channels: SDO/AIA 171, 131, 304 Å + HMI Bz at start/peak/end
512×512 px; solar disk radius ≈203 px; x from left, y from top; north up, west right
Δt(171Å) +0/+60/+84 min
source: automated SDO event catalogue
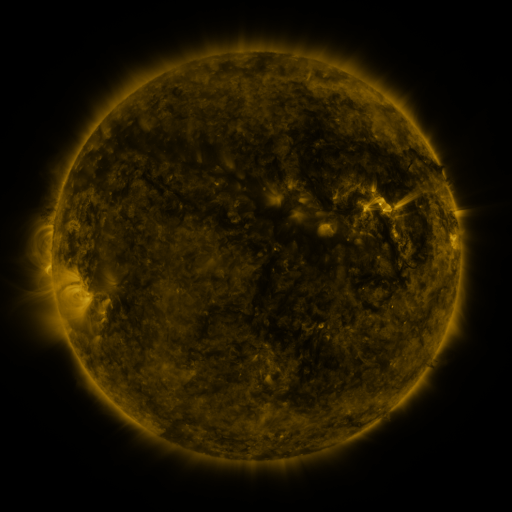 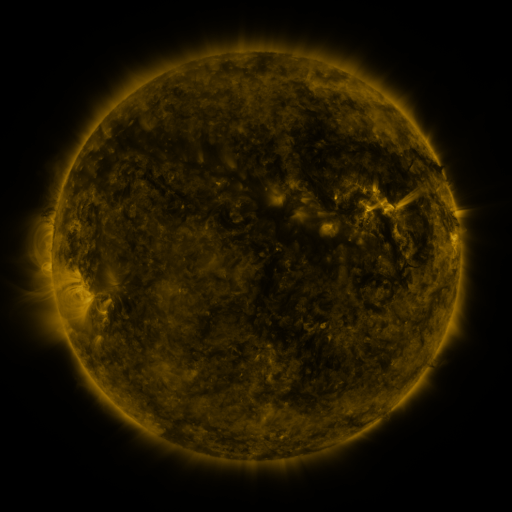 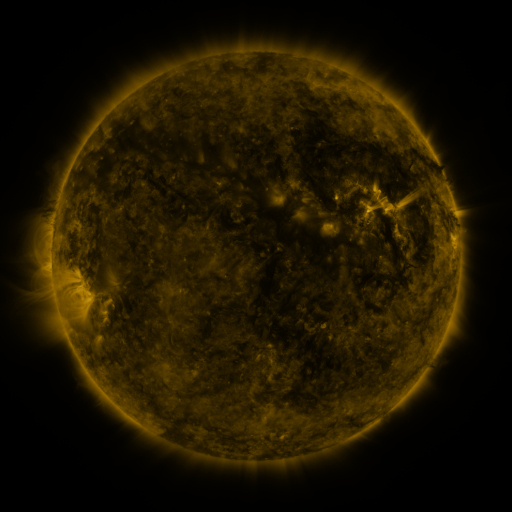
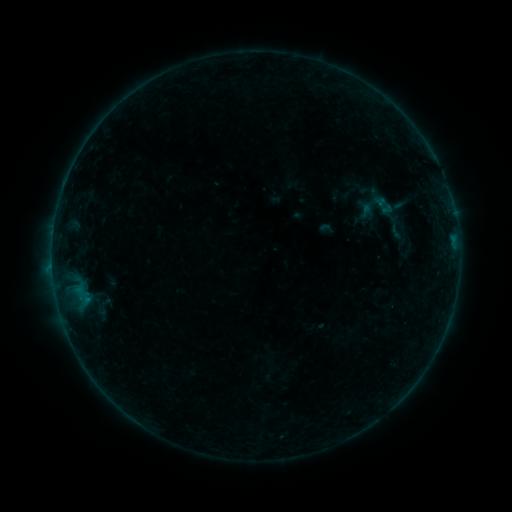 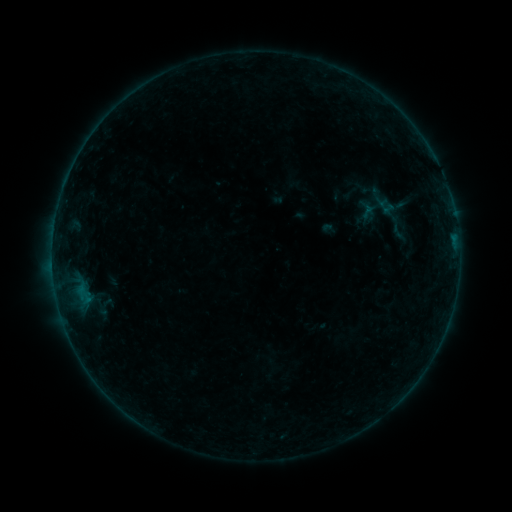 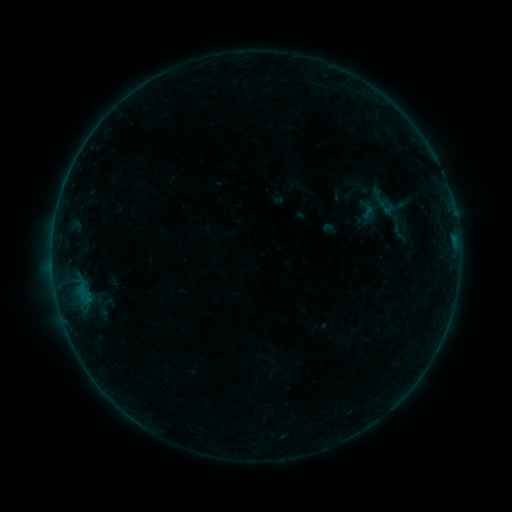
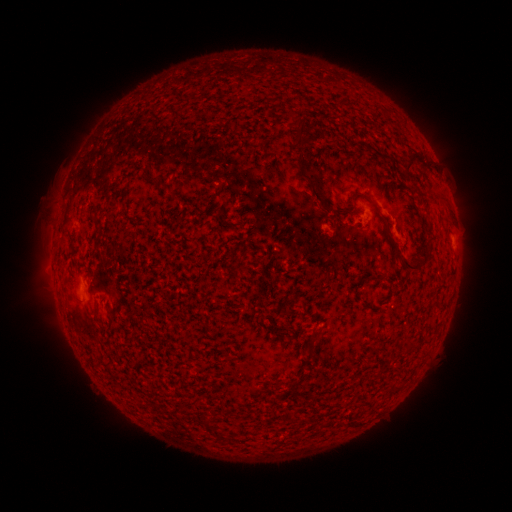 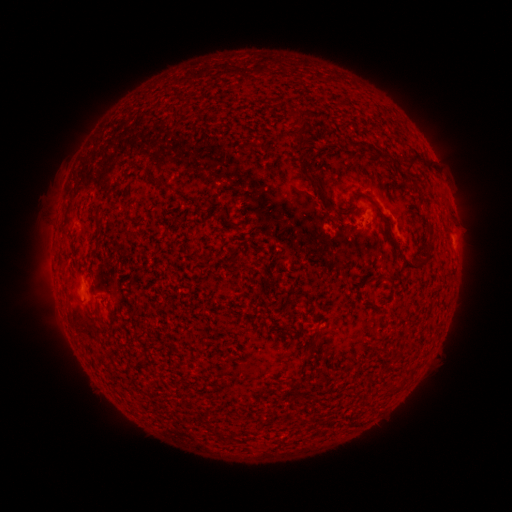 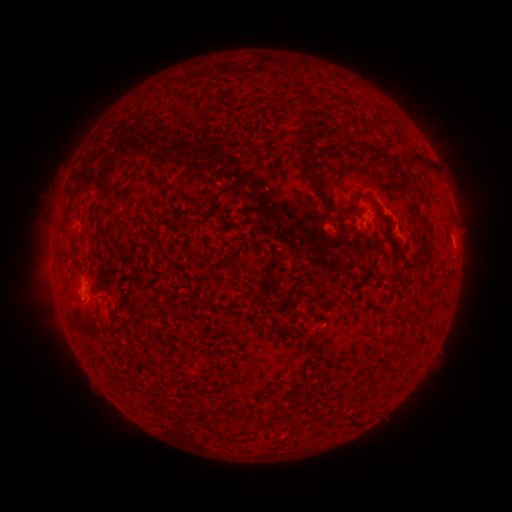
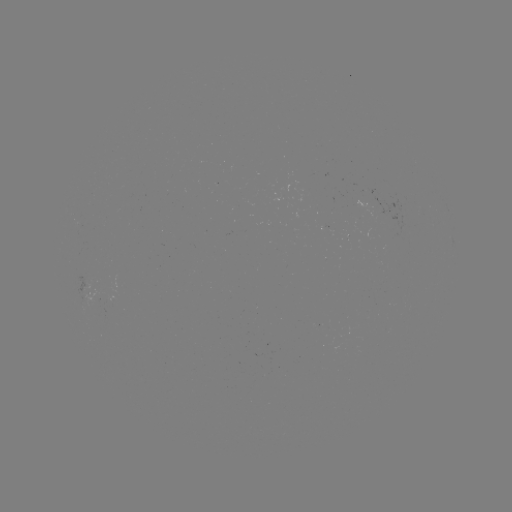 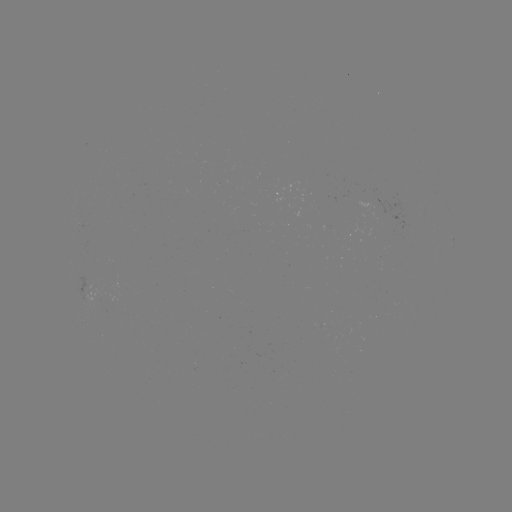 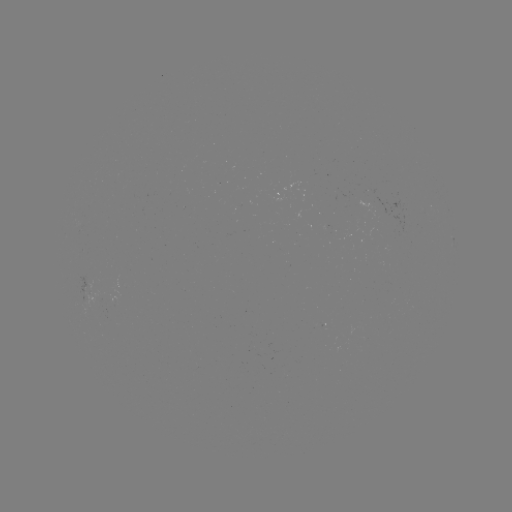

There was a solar emerging-flux region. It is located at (384, 212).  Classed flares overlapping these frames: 1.